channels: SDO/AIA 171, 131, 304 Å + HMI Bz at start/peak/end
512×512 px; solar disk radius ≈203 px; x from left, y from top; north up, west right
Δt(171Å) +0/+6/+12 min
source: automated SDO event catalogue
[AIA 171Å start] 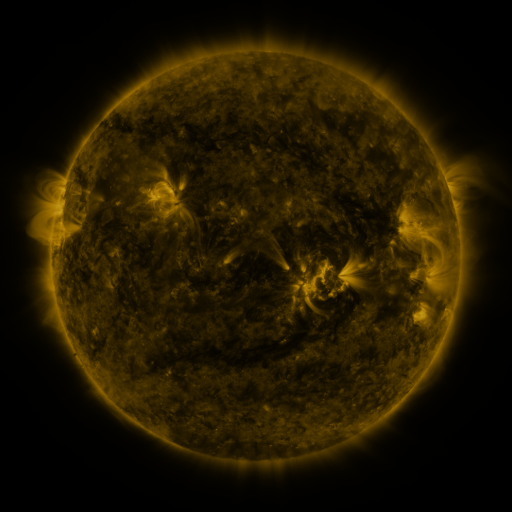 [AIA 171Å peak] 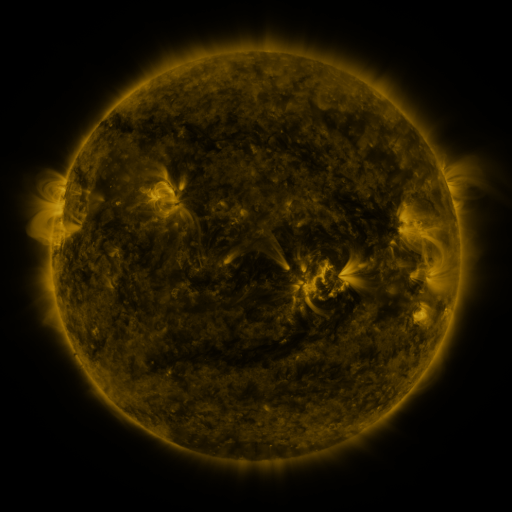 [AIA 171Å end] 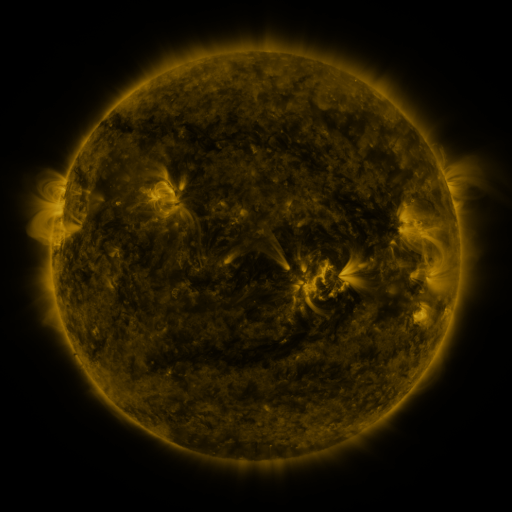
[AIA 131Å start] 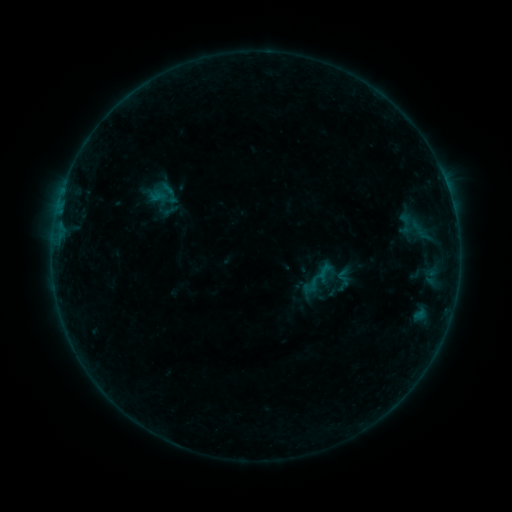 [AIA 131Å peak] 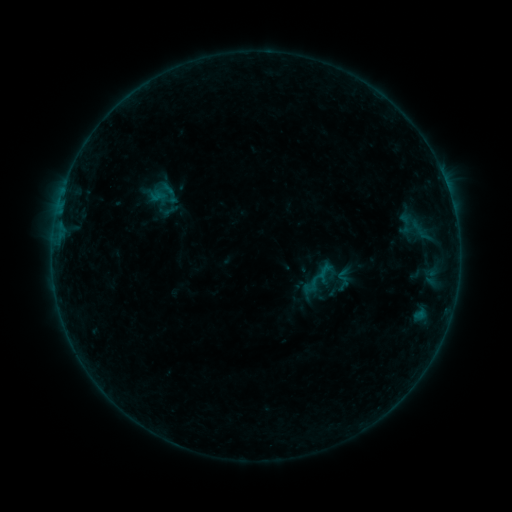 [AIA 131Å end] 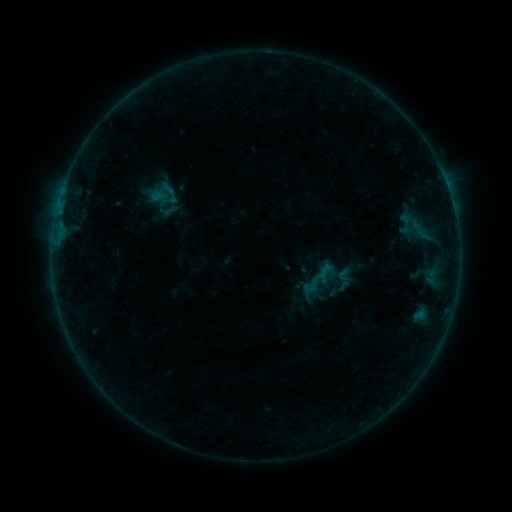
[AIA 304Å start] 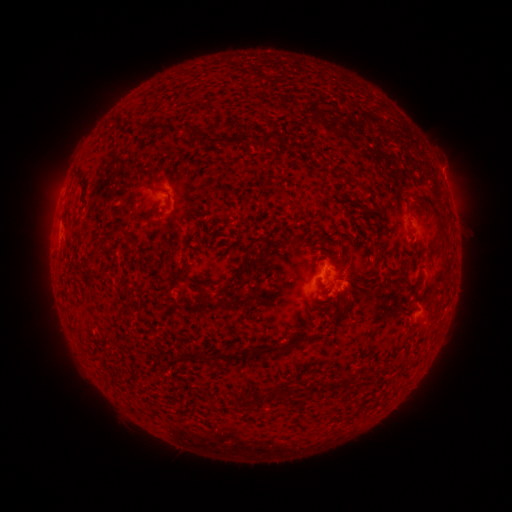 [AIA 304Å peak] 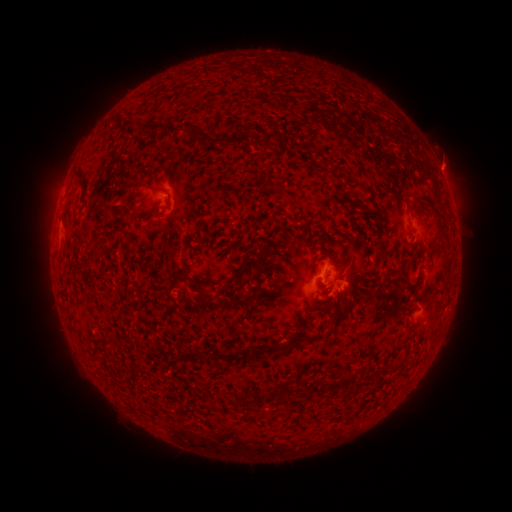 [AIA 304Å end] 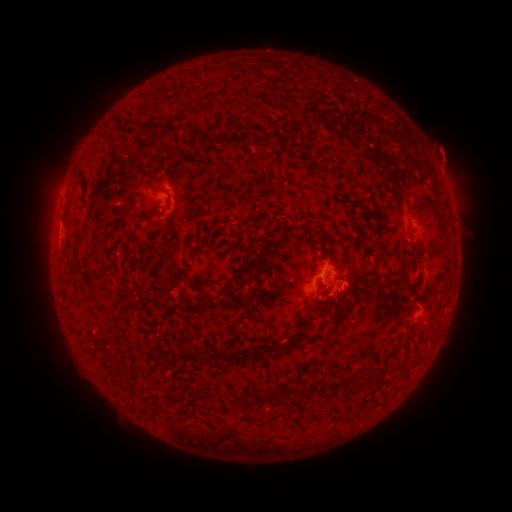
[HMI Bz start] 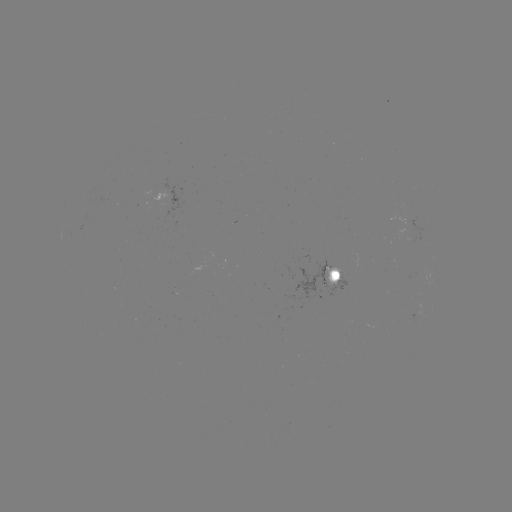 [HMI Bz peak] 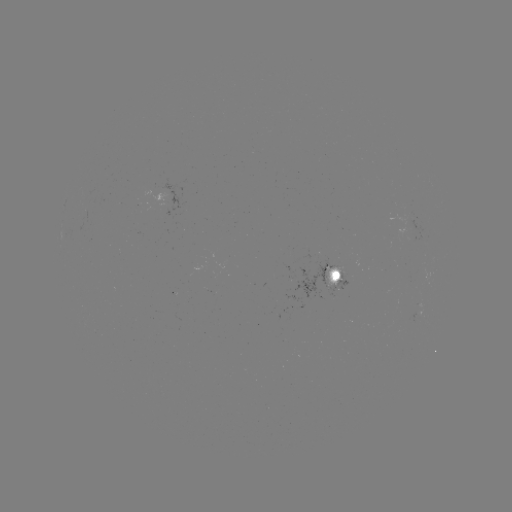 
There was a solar eruption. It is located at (442, 165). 